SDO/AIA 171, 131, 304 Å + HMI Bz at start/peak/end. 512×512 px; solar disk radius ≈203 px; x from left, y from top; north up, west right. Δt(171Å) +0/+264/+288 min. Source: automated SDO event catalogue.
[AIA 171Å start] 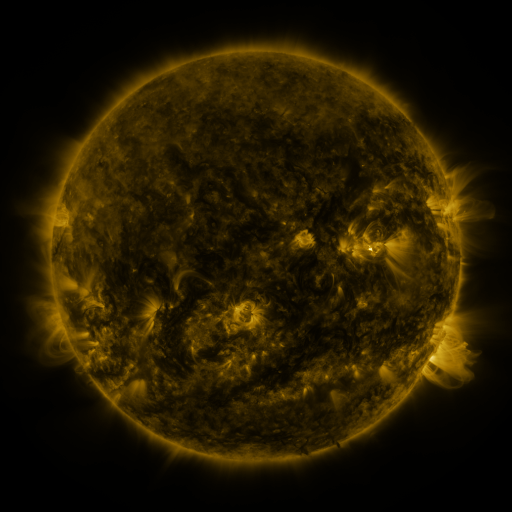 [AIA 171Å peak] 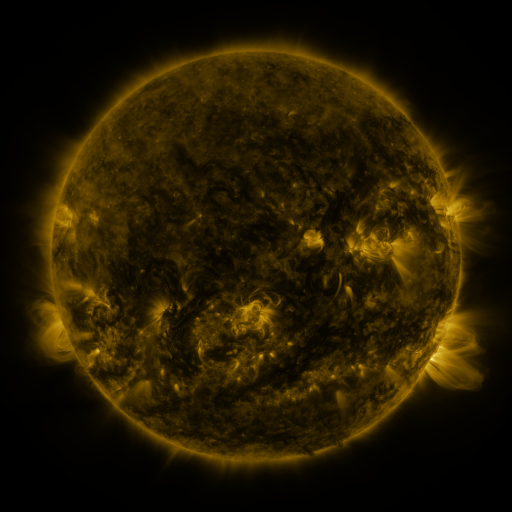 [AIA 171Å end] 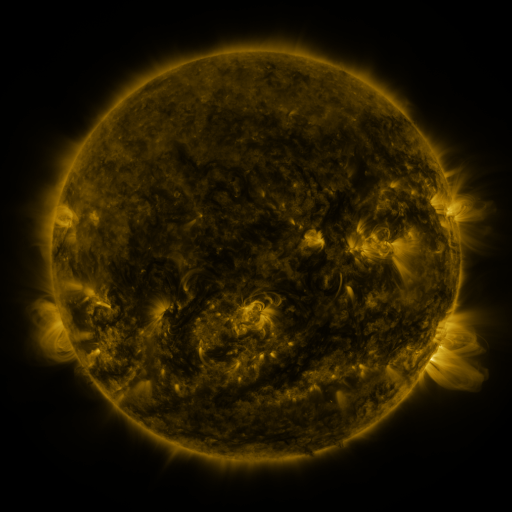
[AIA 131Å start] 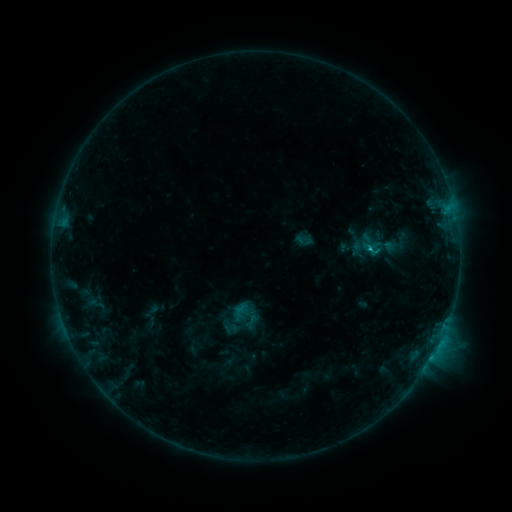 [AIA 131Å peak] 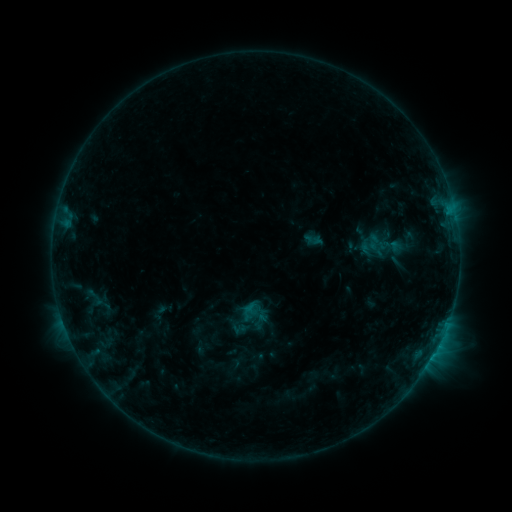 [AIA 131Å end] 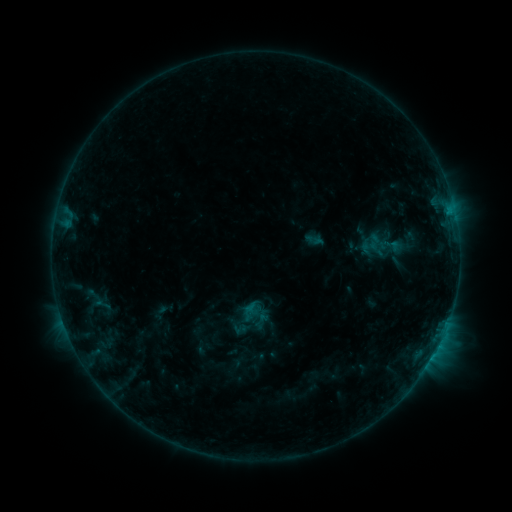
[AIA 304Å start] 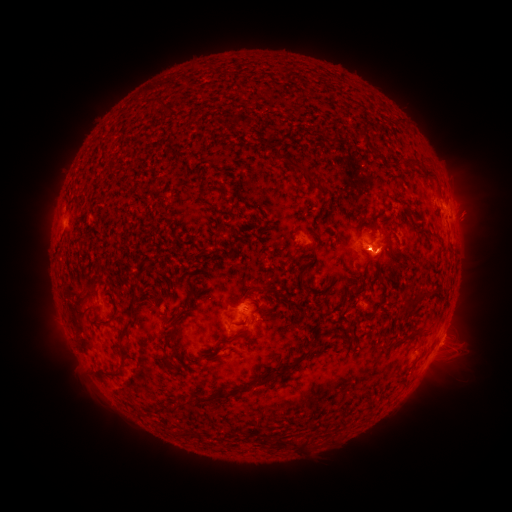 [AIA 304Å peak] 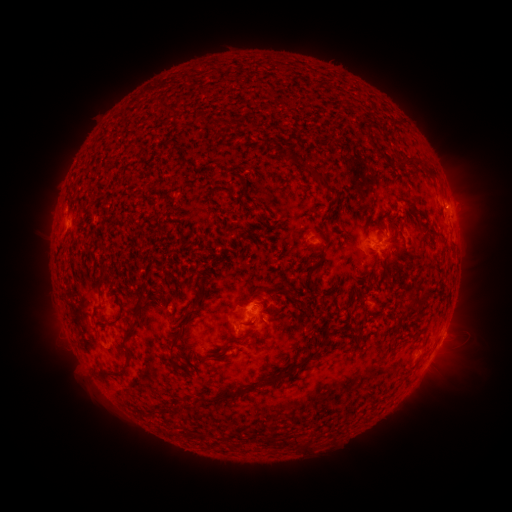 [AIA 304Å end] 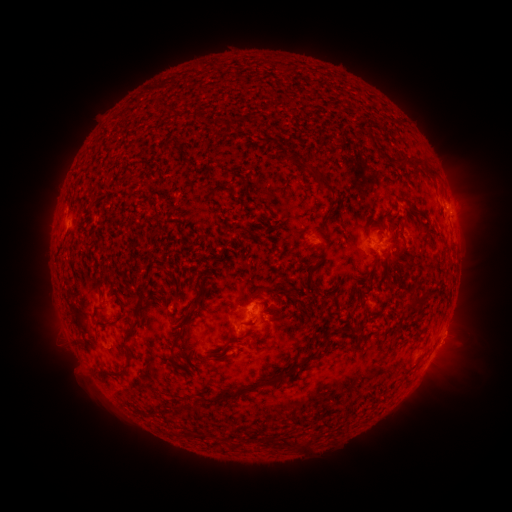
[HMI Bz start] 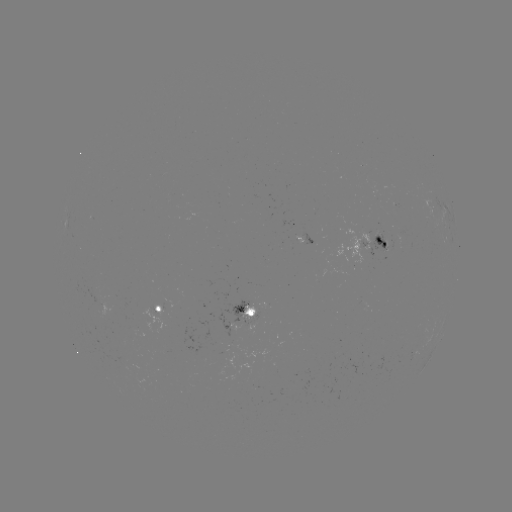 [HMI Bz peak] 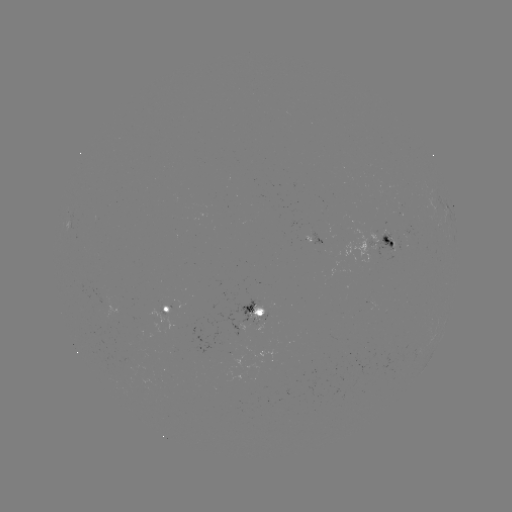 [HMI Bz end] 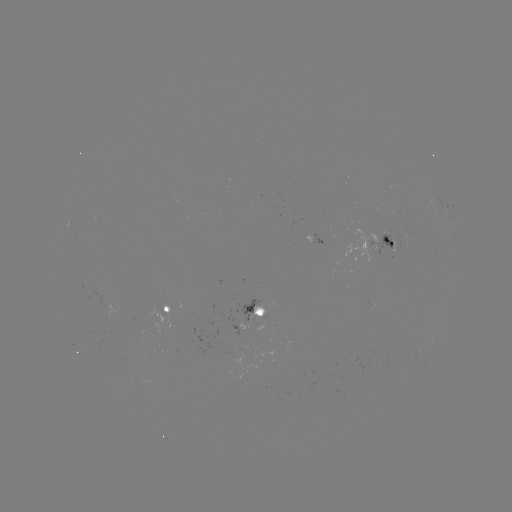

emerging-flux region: [375, 232, 395, 256]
